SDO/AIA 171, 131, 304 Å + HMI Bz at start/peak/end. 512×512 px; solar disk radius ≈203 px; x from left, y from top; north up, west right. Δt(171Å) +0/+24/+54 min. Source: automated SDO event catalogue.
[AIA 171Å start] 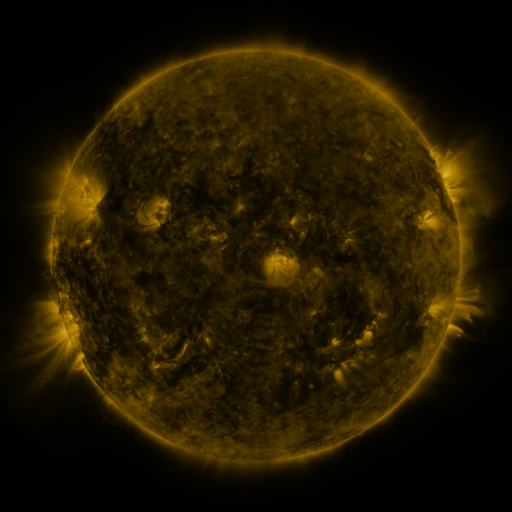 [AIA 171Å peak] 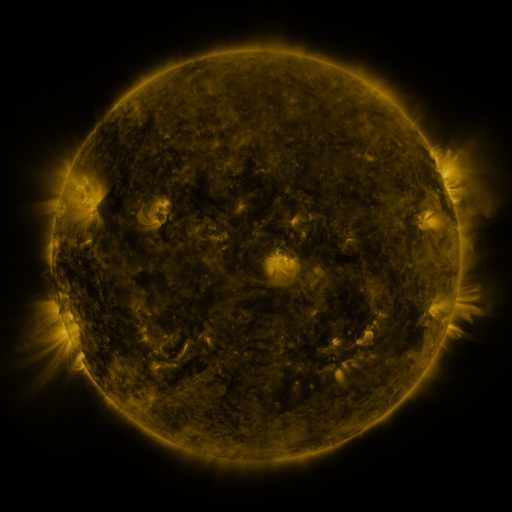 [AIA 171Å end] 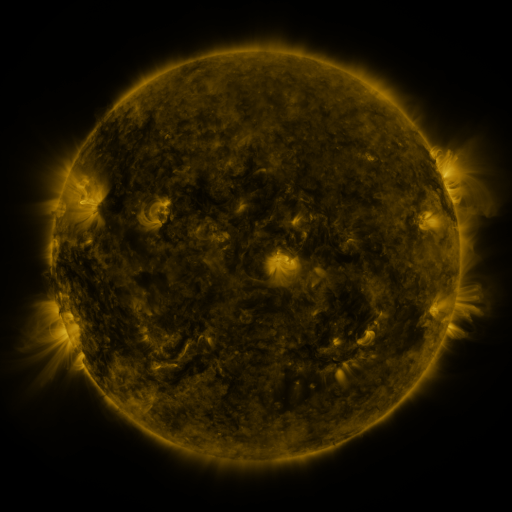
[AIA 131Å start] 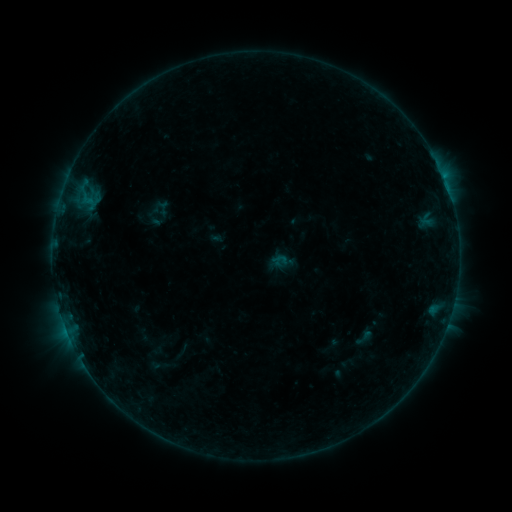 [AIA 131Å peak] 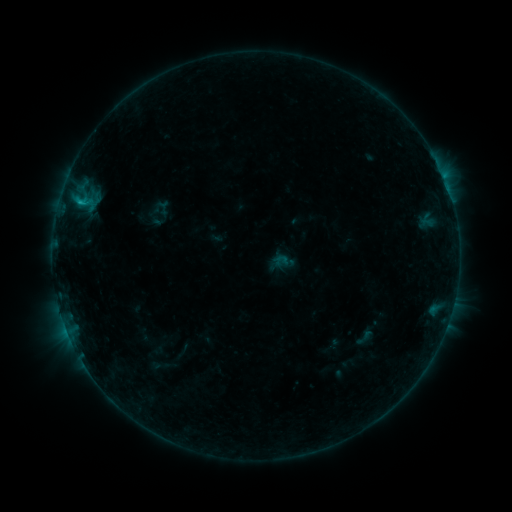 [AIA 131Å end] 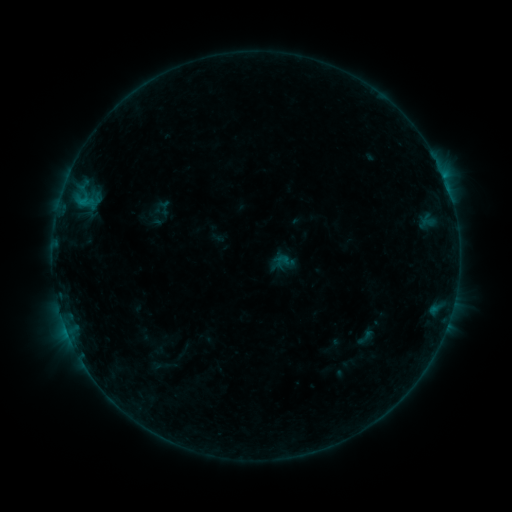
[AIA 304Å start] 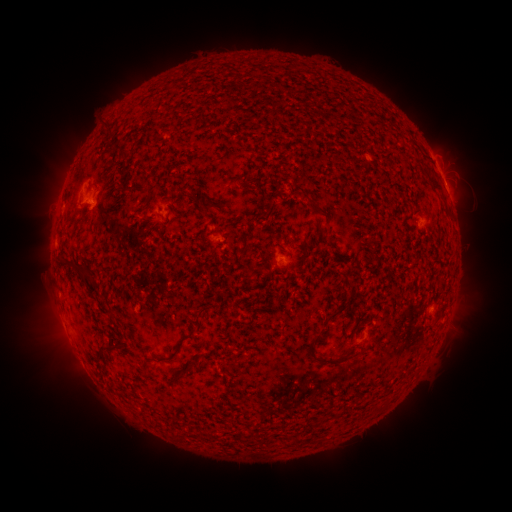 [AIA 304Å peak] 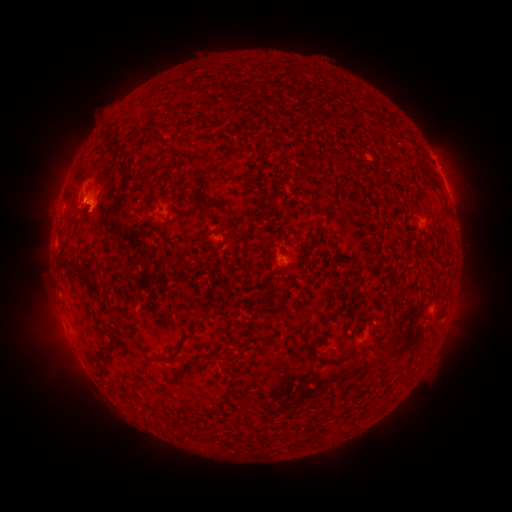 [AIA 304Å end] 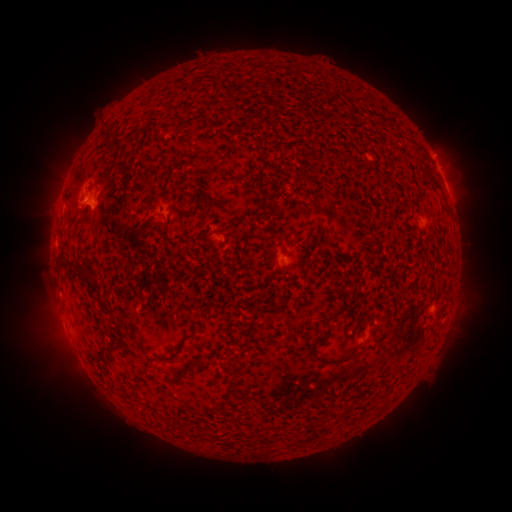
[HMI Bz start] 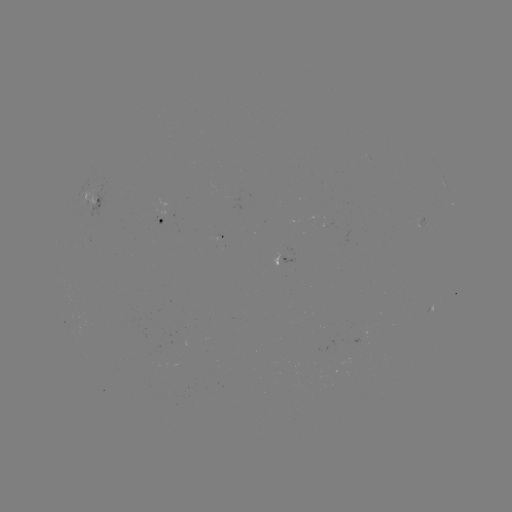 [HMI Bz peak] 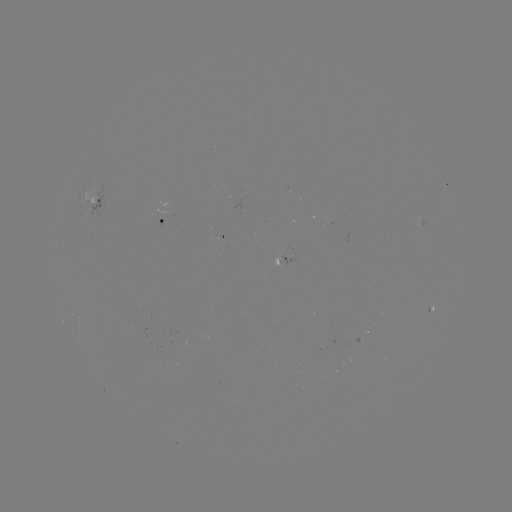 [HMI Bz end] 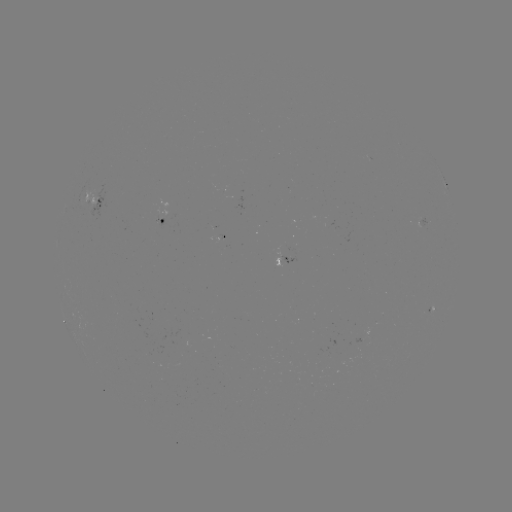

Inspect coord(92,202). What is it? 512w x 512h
B6.7 flare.